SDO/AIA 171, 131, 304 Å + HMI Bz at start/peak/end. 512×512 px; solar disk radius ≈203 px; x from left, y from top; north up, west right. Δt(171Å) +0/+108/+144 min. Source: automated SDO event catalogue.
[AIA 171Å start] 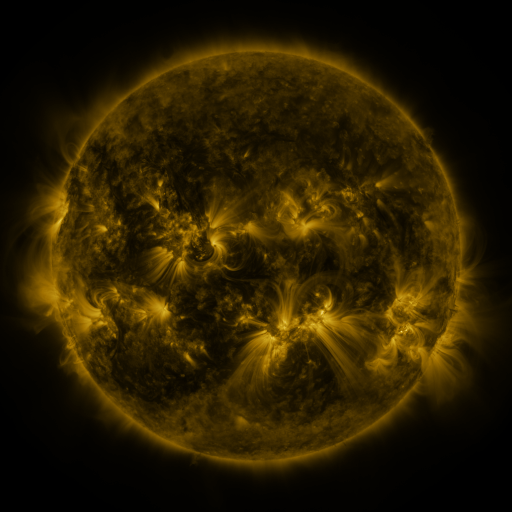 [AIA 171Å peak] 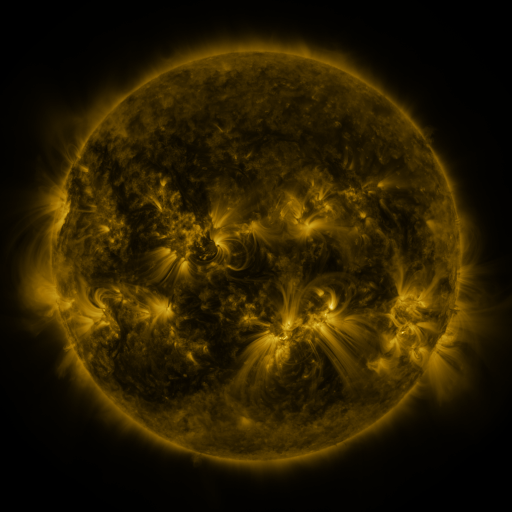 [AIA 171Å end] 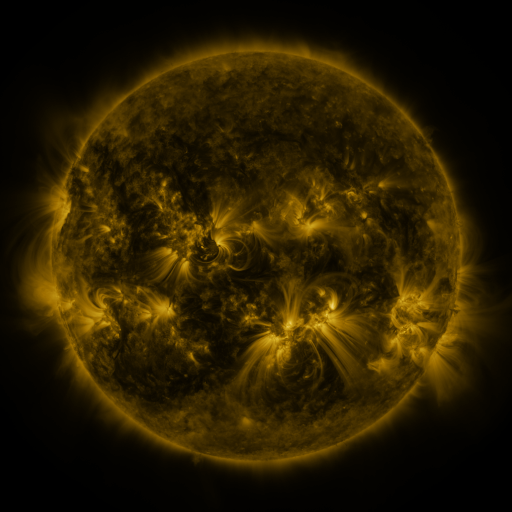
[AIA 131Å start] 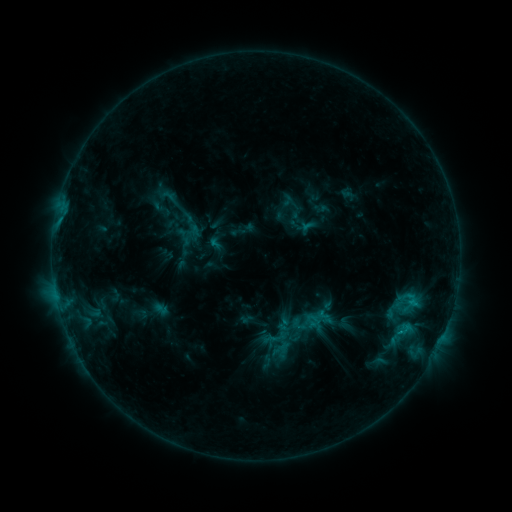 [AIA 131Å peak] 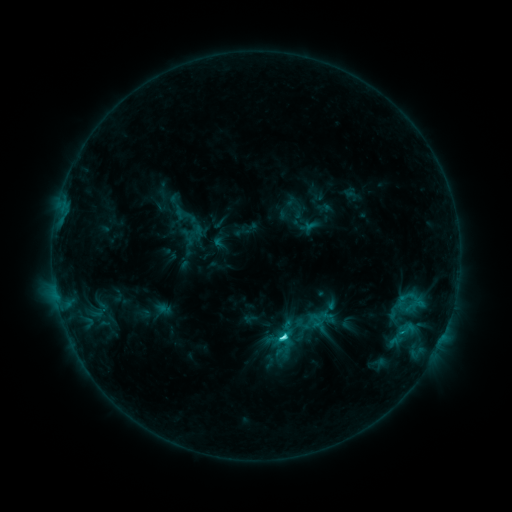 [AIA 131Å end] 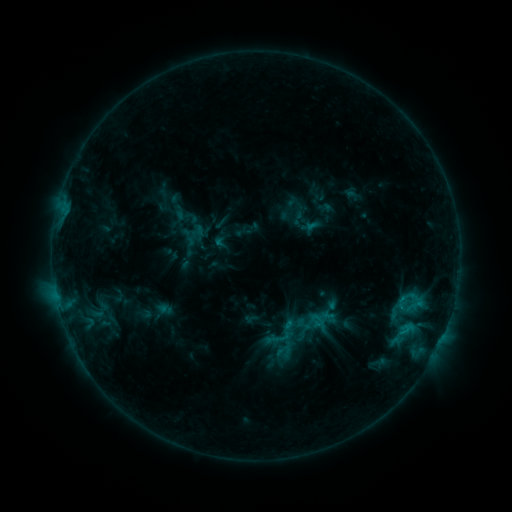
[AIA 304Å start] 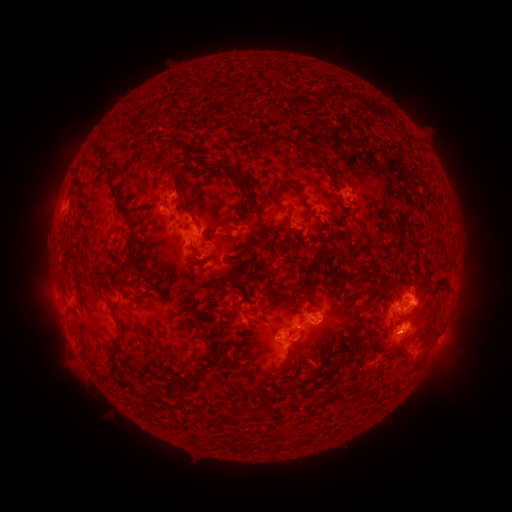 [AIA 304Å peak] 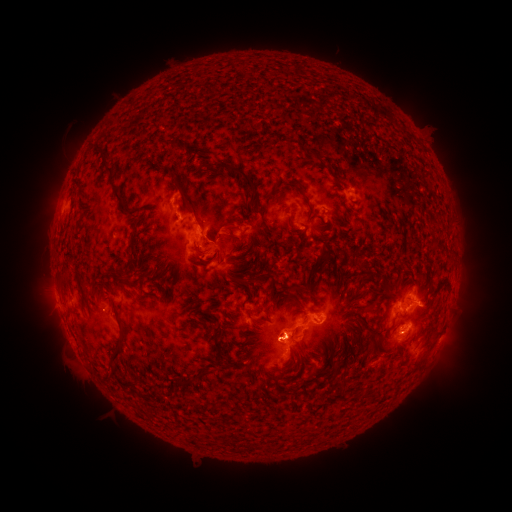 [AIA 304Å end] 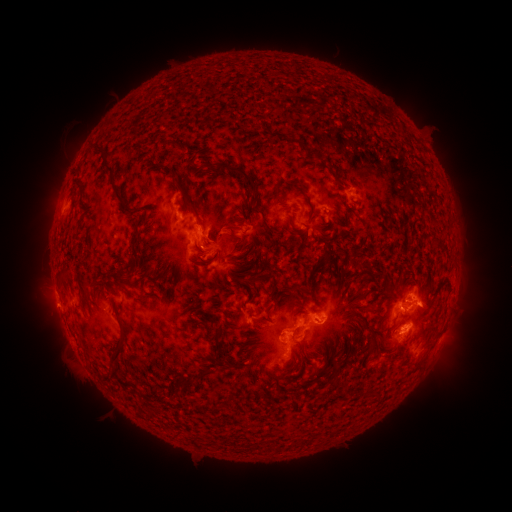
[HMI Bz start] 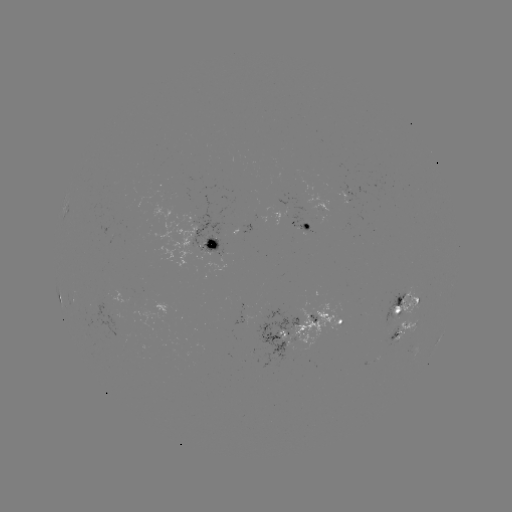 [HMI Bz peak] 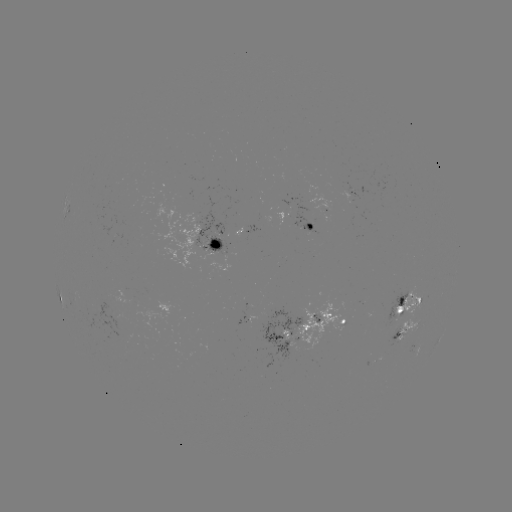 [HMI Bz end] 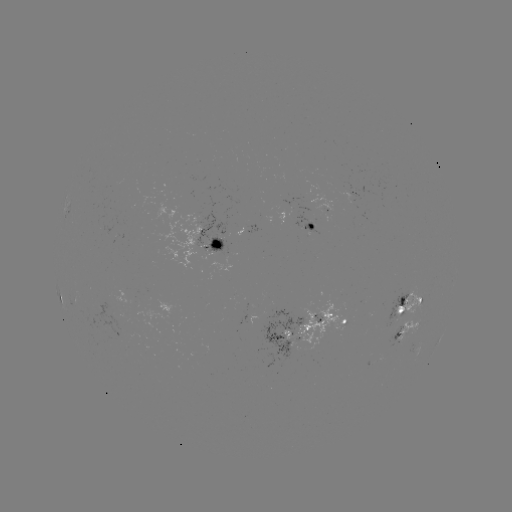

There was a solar emerging-flux region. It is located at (210, 241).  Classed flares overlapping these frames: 1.